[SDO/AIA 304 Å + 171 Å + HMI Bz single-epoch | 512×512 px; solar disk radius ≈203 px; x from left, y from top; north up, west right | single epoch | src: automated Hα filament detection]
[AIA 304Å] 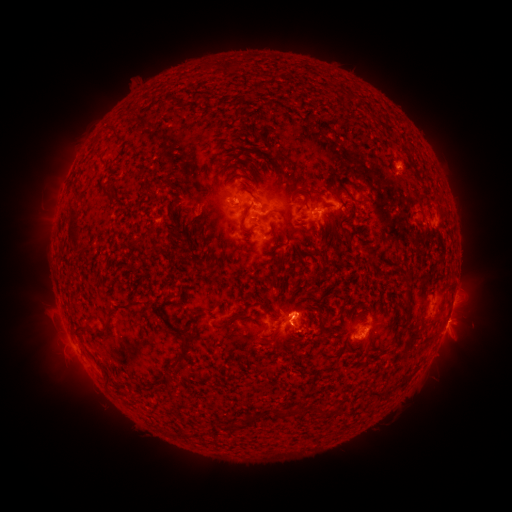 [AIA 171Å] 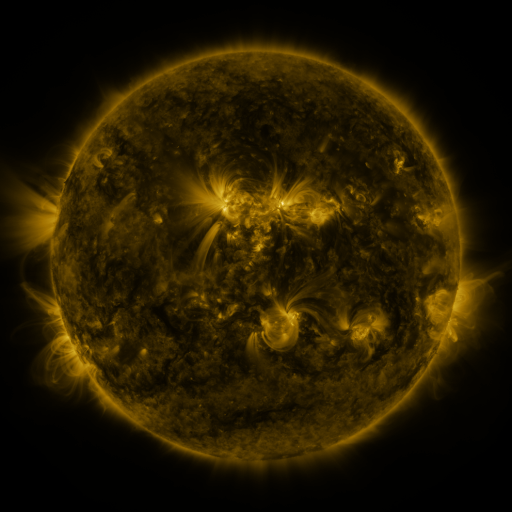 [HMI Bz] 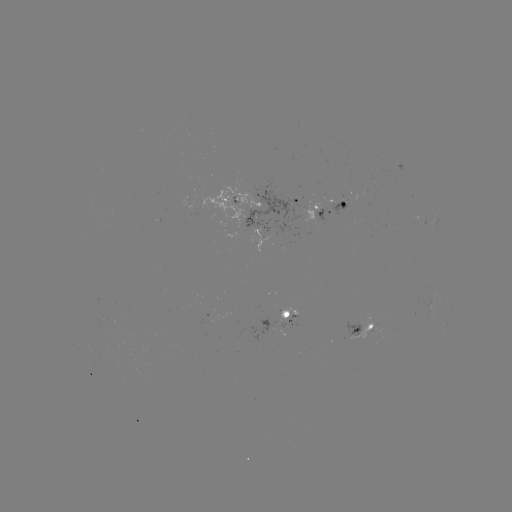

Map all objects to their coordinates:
filament: [357, 184, 366, 191]
filament: [245, 188, 261, 204]
filament: [239, 204, 251, 234]
filament: [66, 211, 80, 242]
filament: [117, 298, 140, 309]
filament: [400, 306, 411, 320]
filament: [396, 322, 407, 330]
filament: [170, 333, 192, 365]
filament: [272, 410, 282, 419]
